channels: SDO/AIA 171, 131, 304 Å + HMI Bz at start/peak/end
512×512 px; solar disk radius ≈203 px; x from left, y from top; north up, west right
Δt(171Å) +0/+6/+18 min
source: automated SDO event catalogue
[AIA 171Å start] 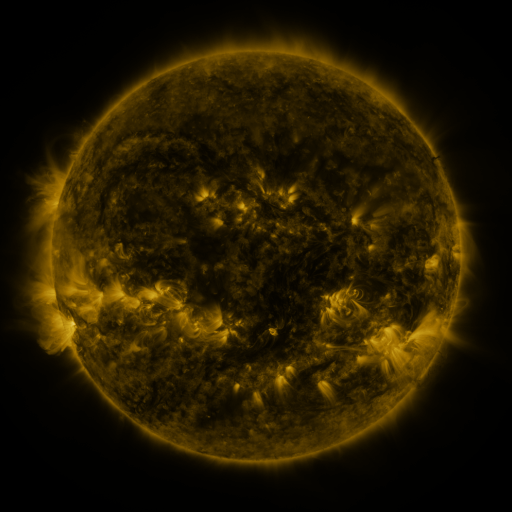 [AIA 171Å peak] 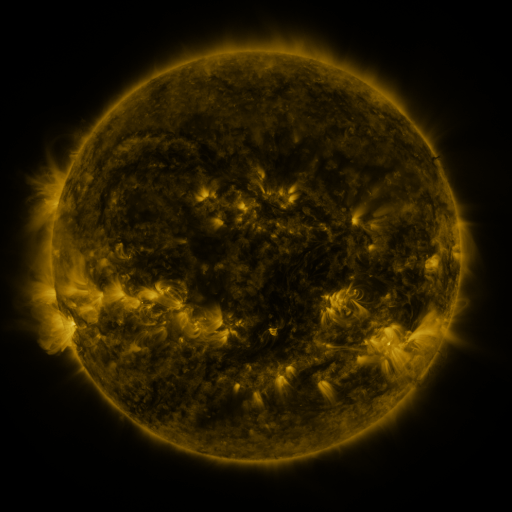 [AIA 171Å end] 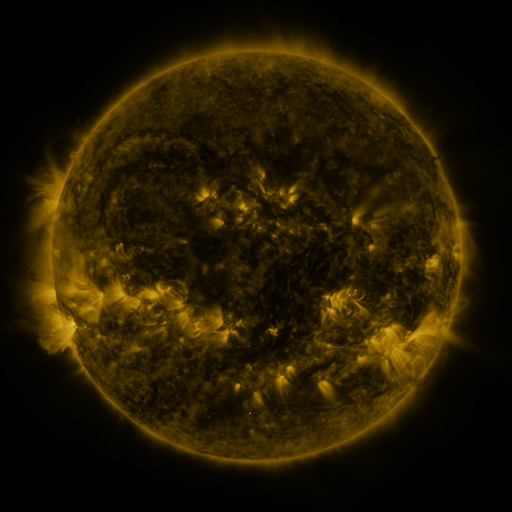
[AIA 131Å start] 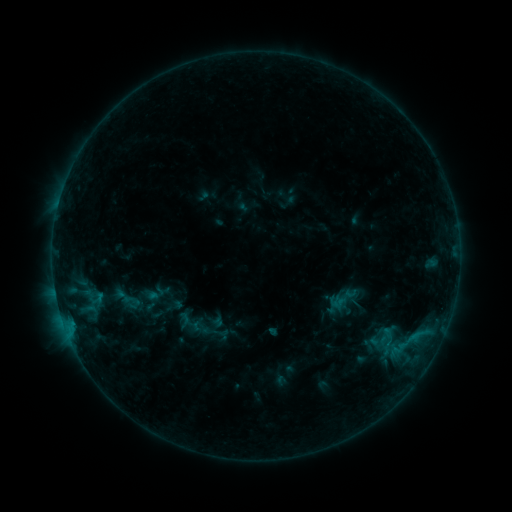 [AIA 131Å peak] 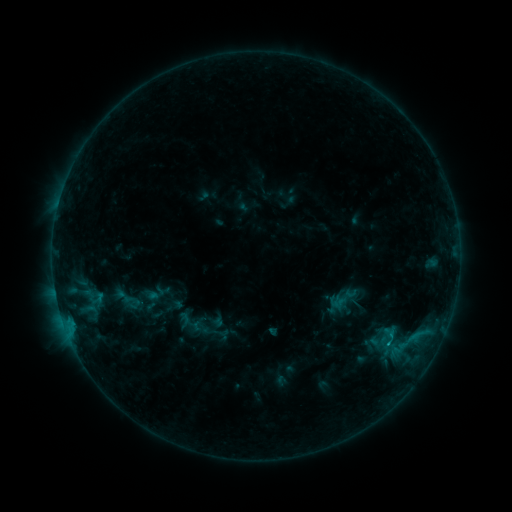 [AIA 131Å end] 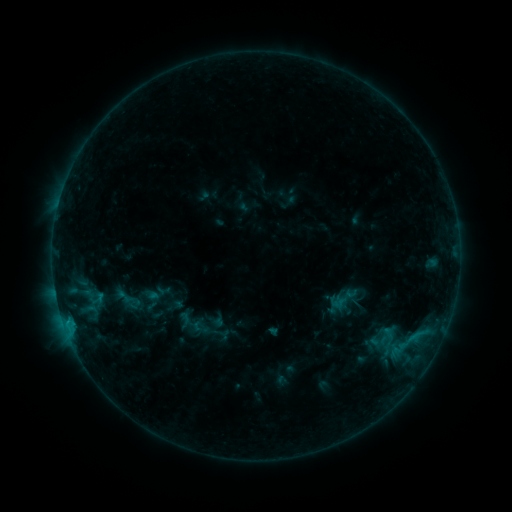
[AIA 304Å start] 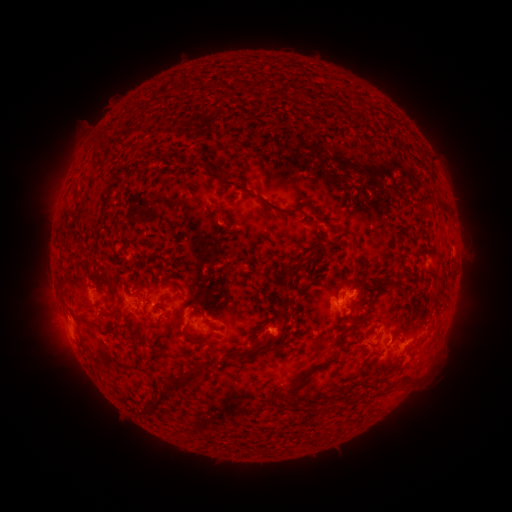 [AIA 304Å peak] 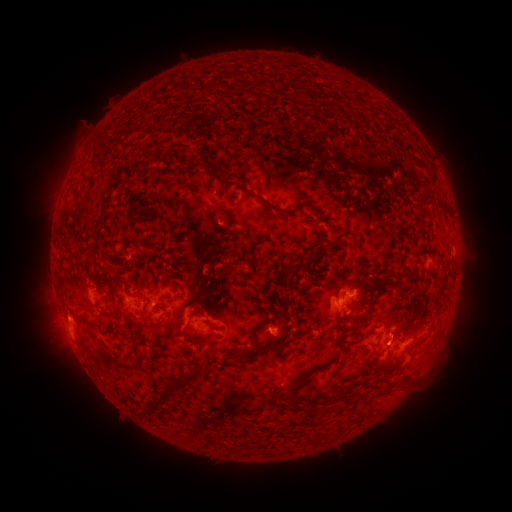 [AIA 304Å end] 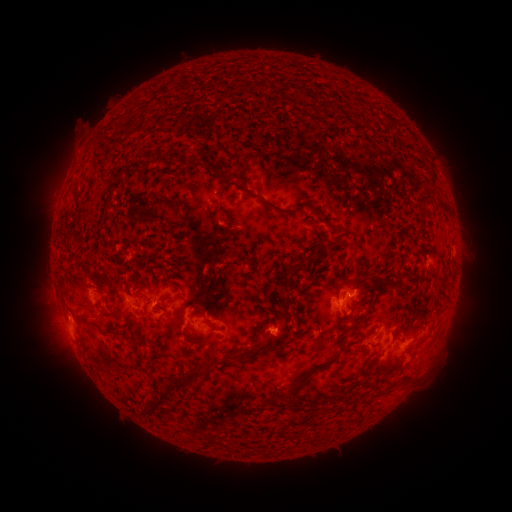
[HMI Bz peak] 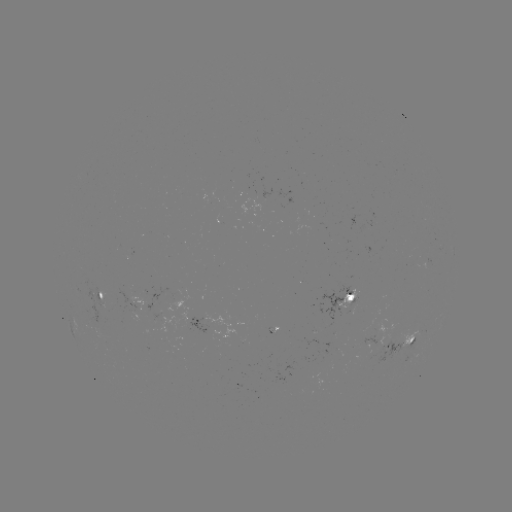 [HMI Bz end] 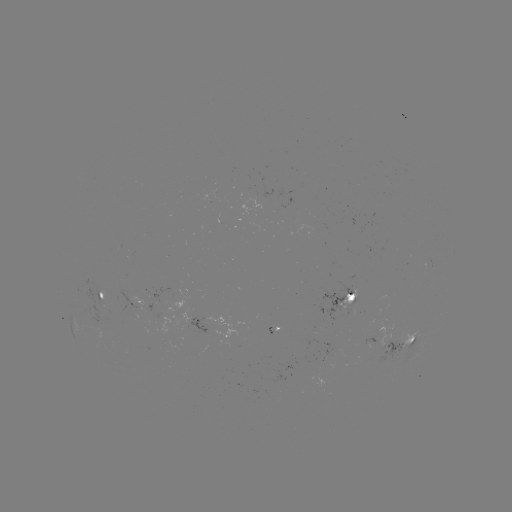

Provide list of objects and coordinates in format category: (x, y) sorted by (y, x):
B6.3 flare: (389, 341)
